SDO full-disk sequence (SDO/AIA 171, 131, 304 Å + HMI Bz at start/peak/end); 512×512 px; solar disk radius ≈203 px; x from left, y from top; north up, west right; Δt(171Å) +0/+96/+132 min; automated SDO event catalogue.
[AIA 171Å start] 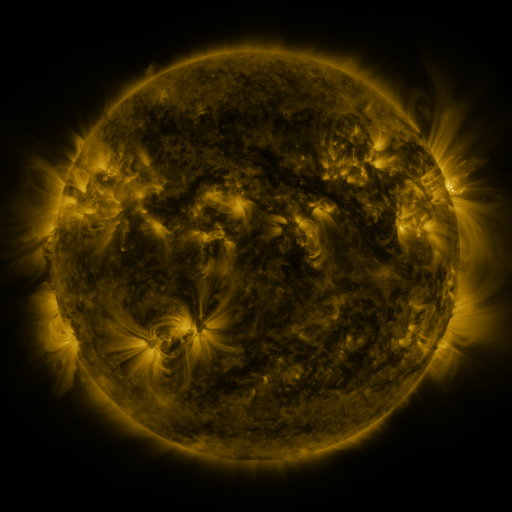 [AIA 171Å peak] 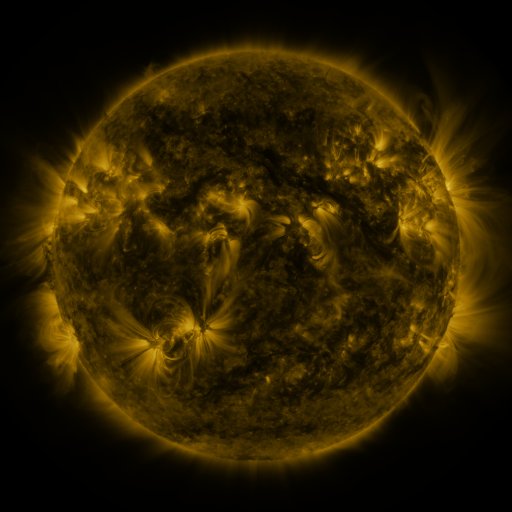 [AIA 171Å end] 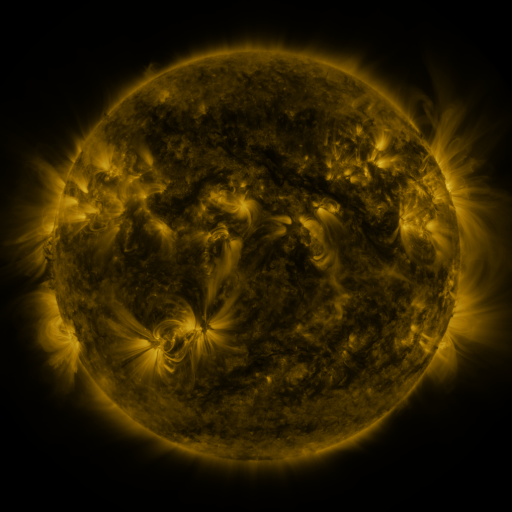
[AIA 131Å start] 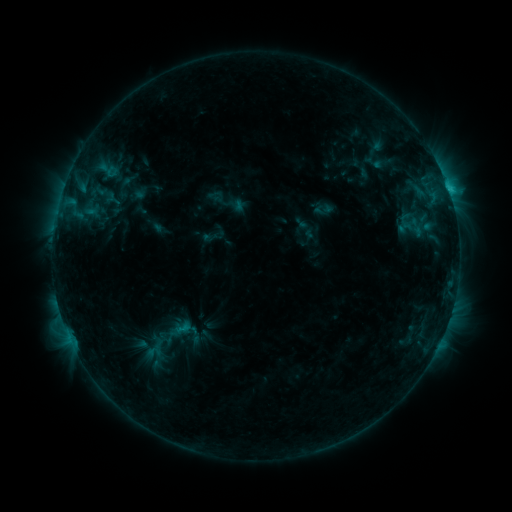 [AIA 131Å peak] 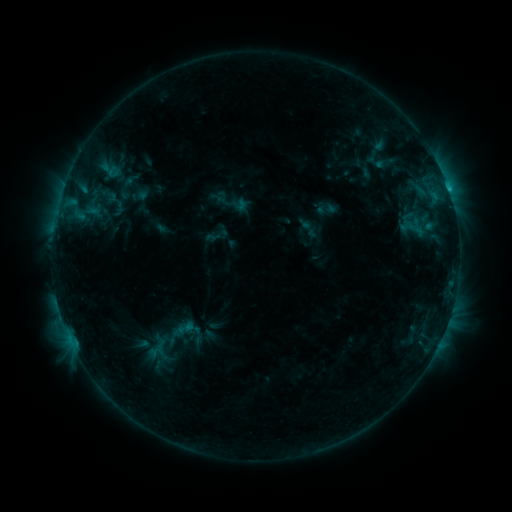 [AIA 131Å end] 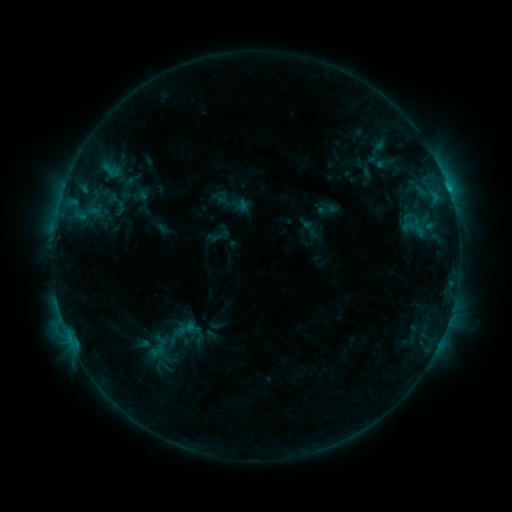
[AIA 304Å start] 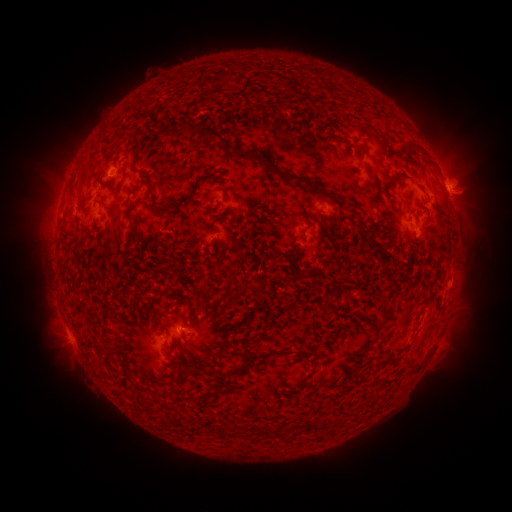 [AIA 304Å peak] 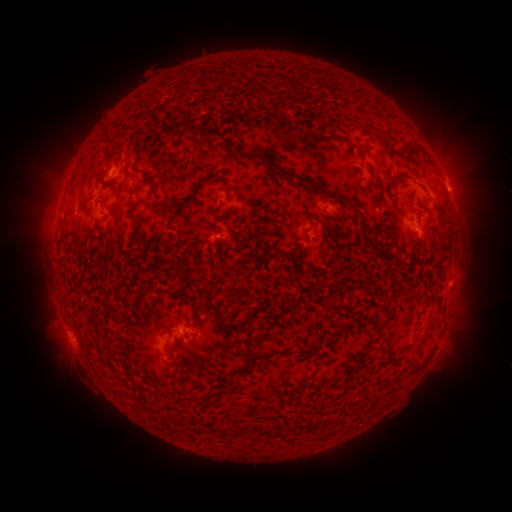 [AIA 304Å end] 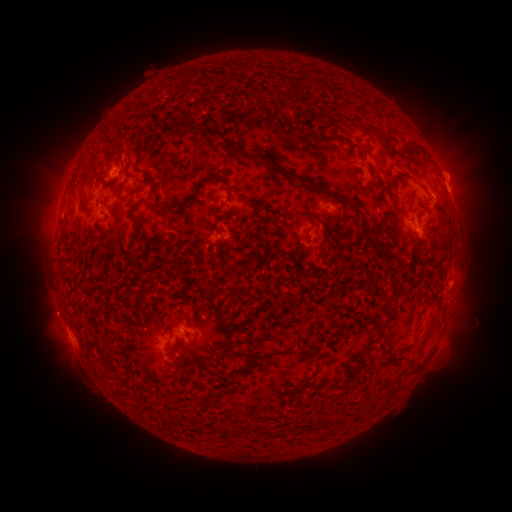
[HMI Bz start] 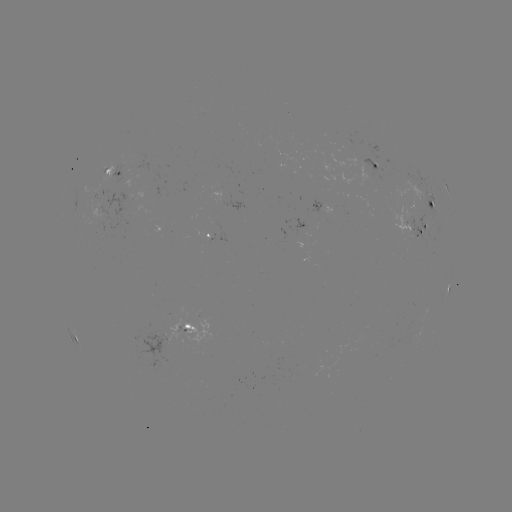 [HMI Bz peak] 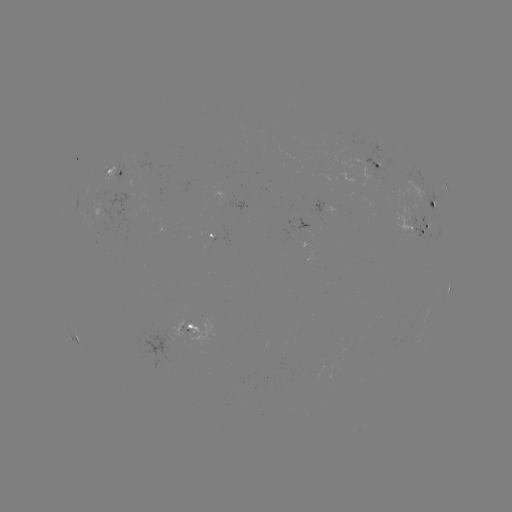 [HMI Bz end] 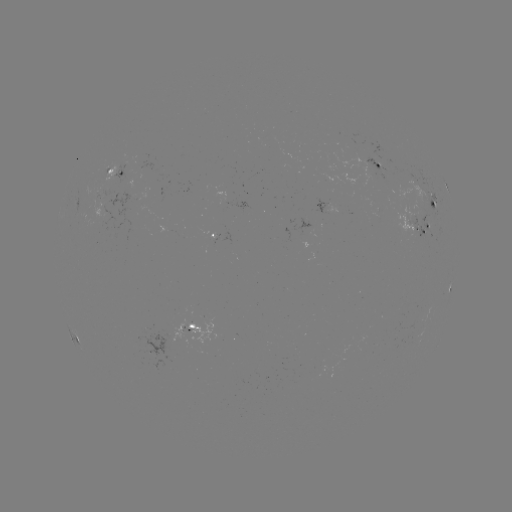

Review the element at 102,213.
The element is emerging-flux region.